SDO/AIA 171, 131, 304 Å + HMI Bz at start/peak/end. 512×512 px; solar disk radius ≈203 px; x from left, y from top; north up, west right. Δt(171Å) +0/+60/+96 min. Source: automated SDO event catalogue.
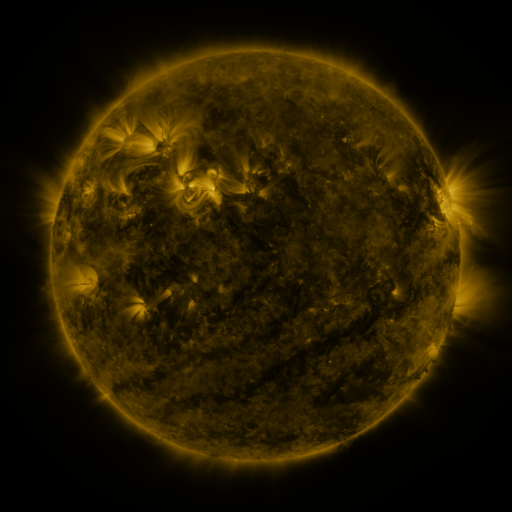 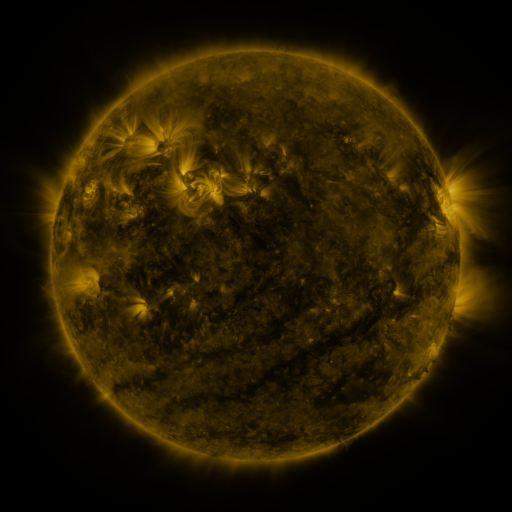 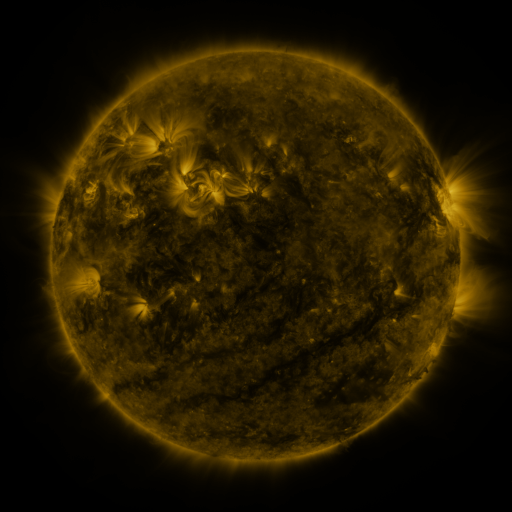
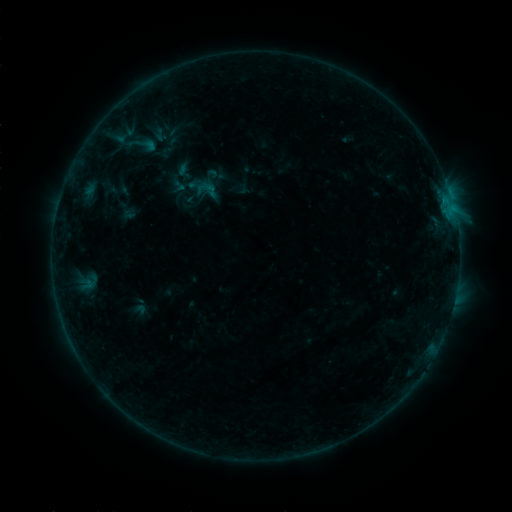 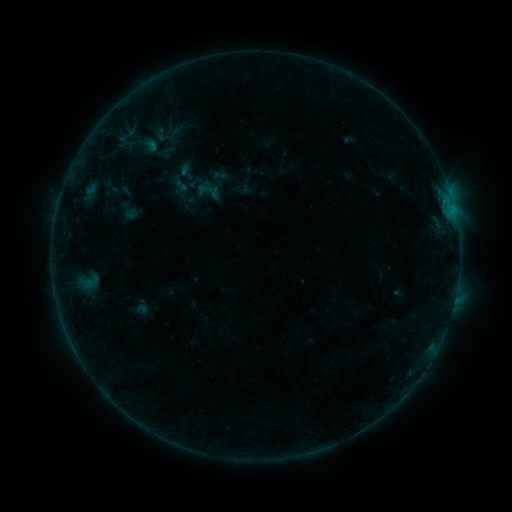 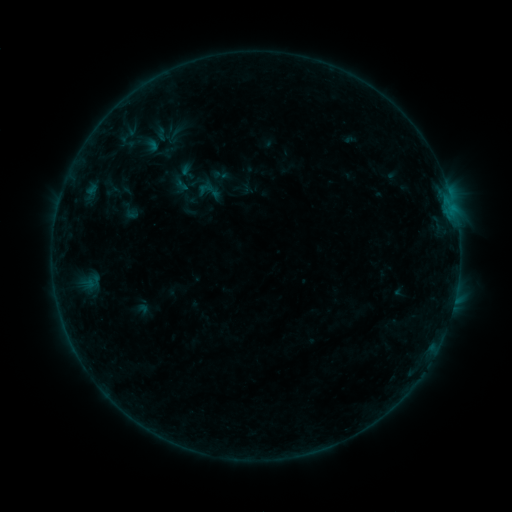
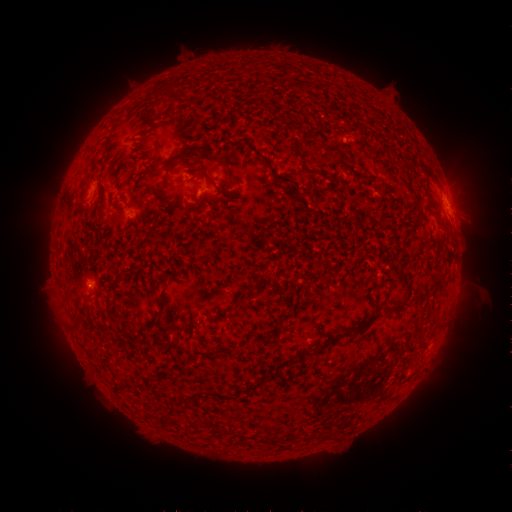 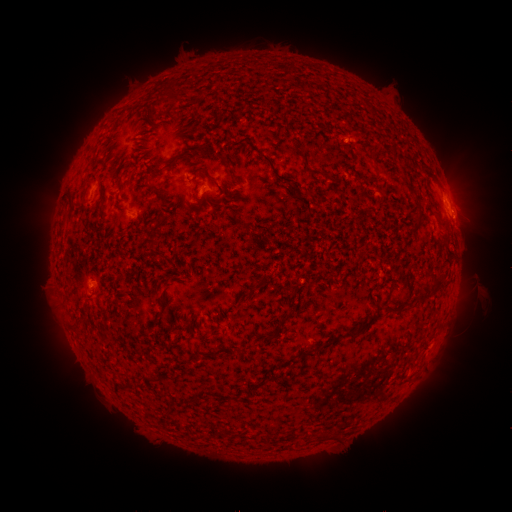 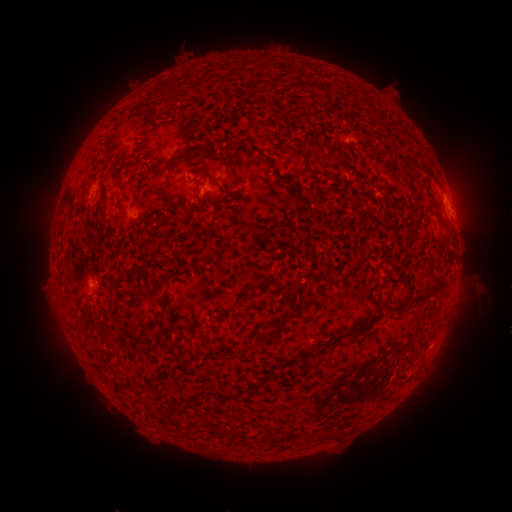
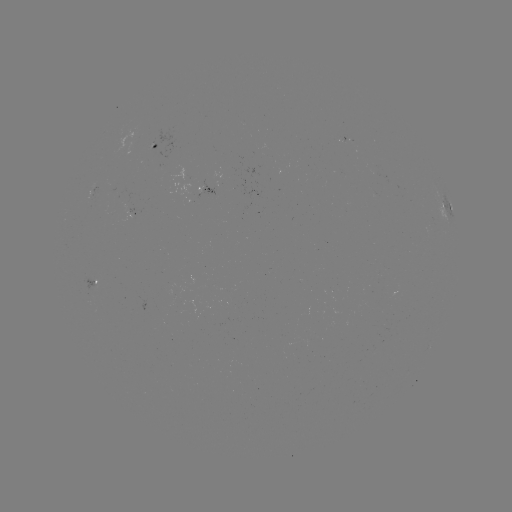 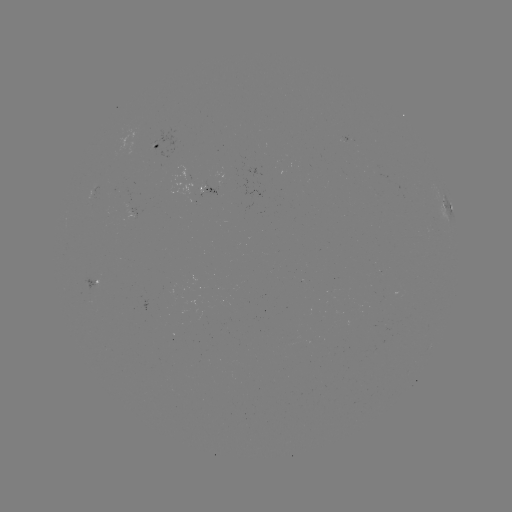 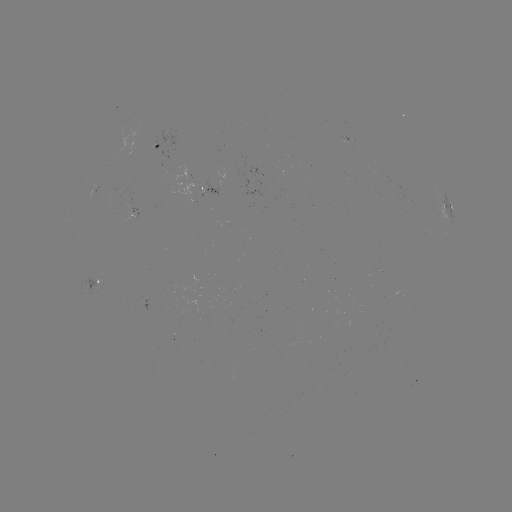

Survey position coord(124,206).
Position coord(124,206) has emerging-flux region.